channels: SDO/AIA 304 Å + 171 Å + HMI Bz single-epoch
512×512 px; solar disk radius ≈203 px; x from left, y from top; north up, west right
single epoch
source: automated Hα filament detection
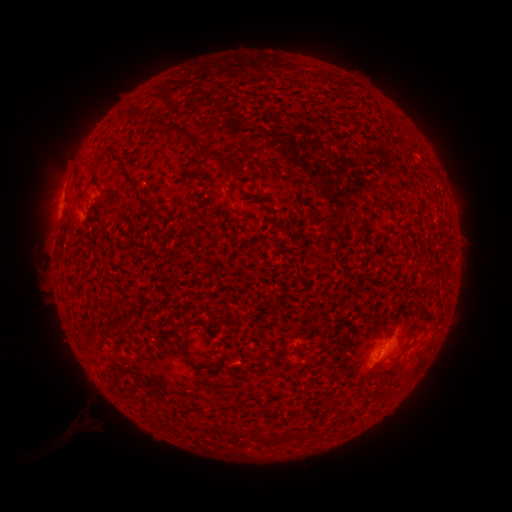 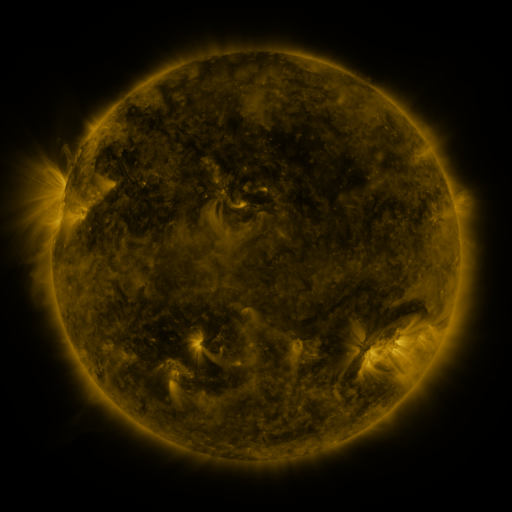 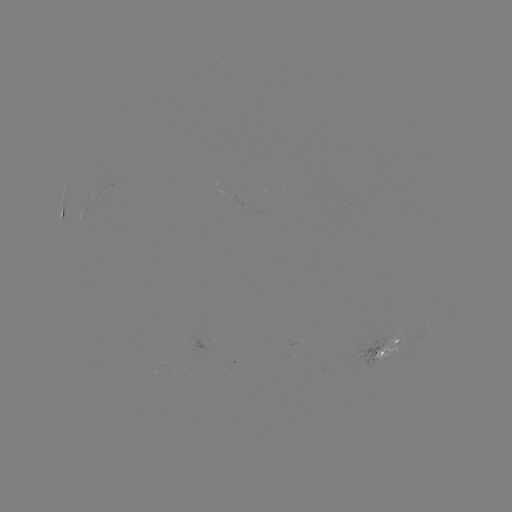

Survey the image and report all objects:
filament: (156, 116)
filament: (192, 137)
filament: (231, 164)
filament: (281, 176)
filament: (129, 178)
filament: (77, 185)
filament: (194, 365)
filament: (223, 385)
filament: (374, 393)
filament: (236, 405)
filament: (235, 431)
filament: (264, 440)
